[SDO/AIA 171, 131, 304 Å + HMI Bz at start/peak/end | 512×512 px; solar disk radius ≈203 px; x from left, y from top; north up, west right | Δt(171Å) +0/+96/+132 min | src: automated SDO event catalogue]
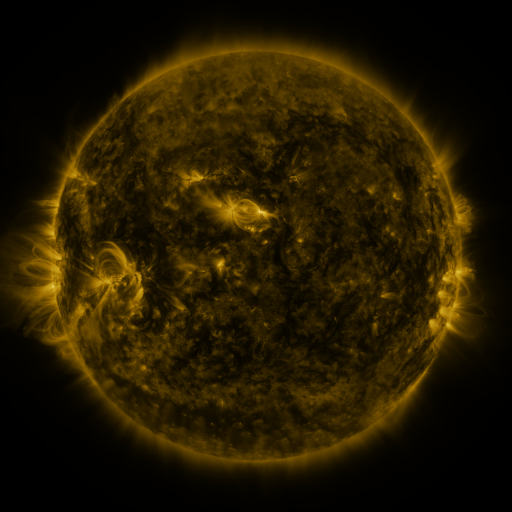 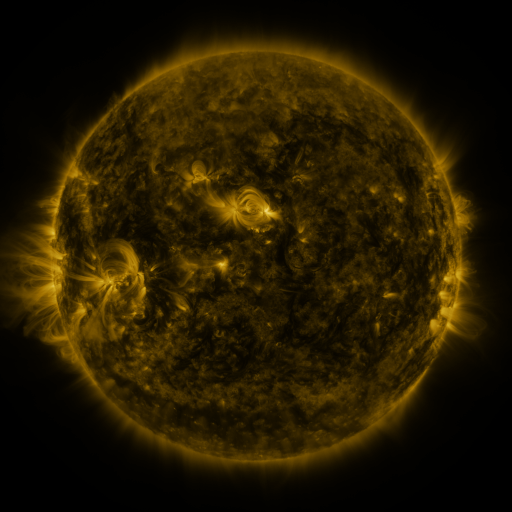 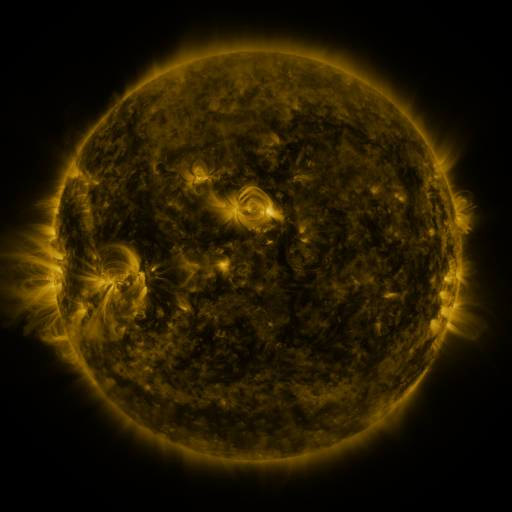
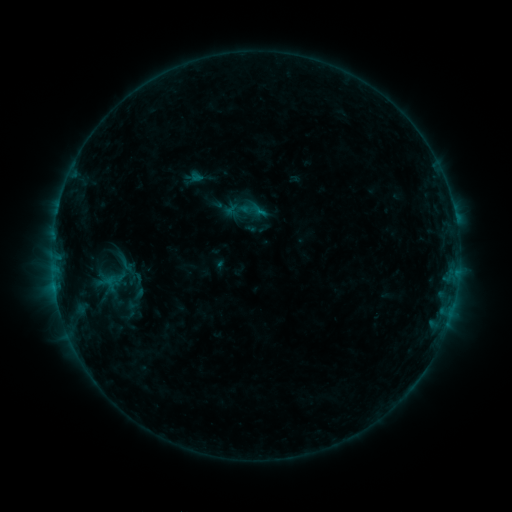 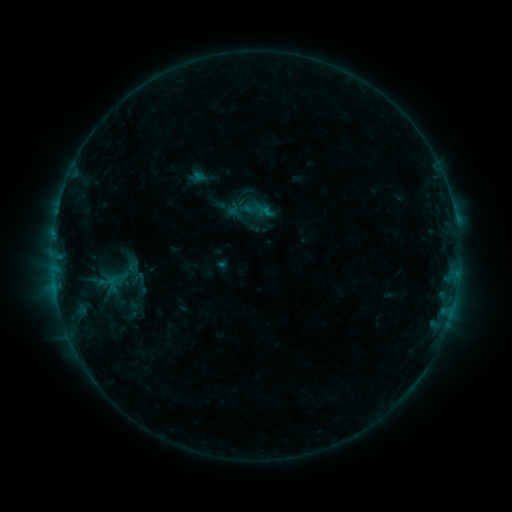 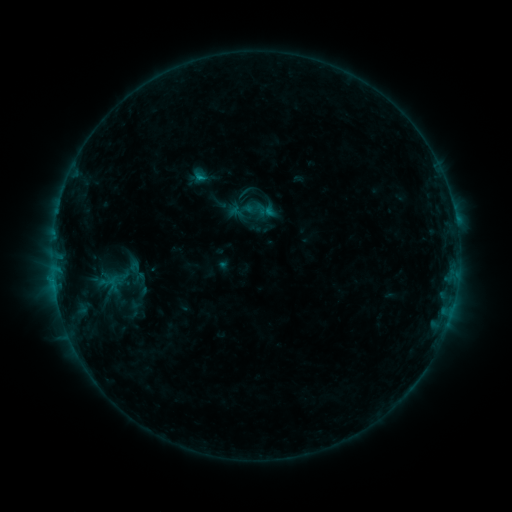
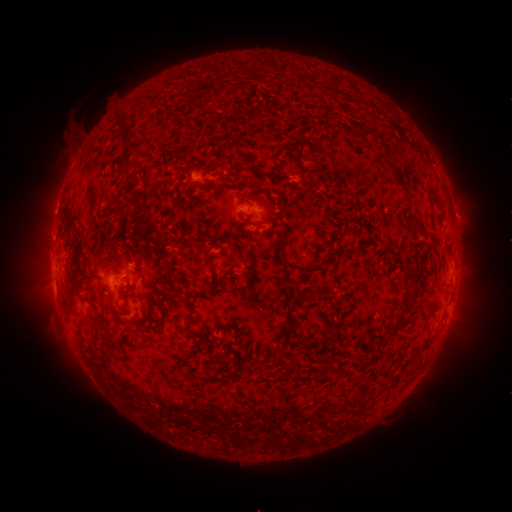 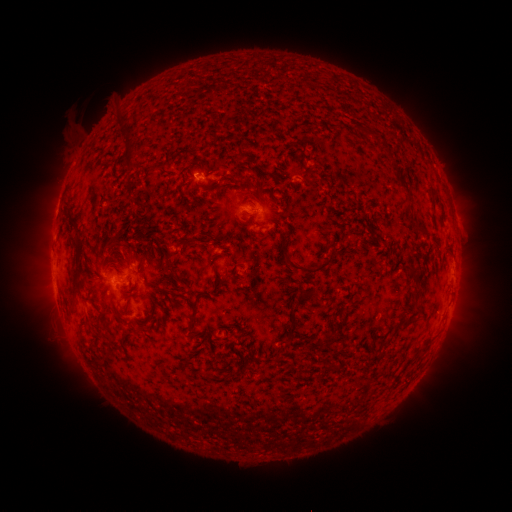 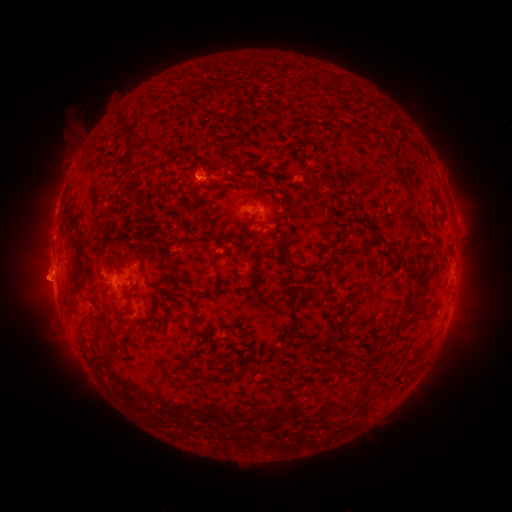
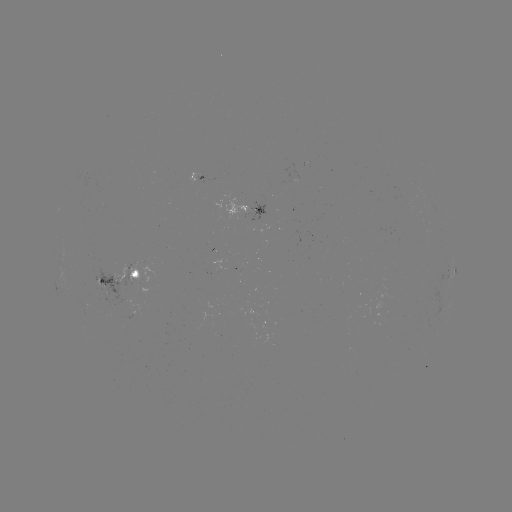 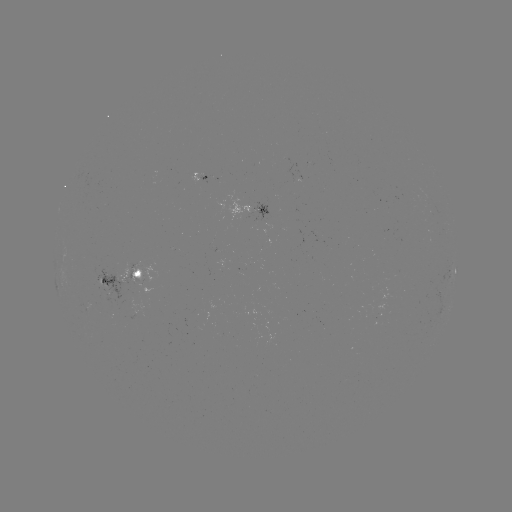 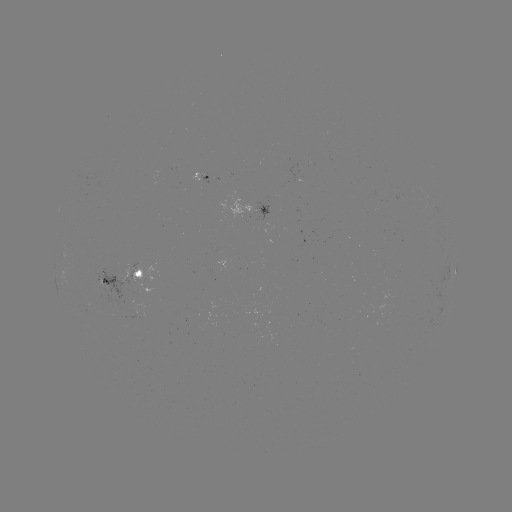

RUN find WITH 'emerging-flux region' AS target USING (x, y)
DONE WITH (173, 401) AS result